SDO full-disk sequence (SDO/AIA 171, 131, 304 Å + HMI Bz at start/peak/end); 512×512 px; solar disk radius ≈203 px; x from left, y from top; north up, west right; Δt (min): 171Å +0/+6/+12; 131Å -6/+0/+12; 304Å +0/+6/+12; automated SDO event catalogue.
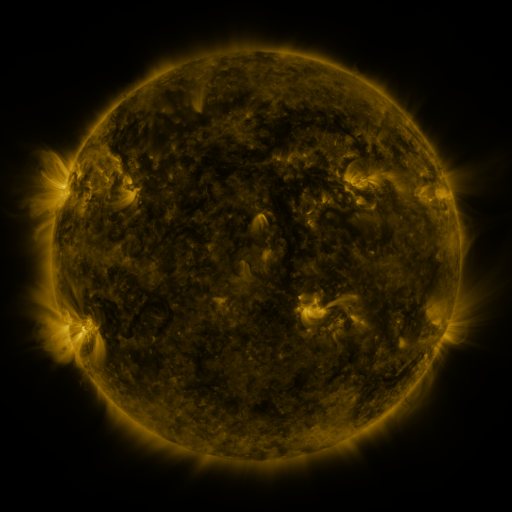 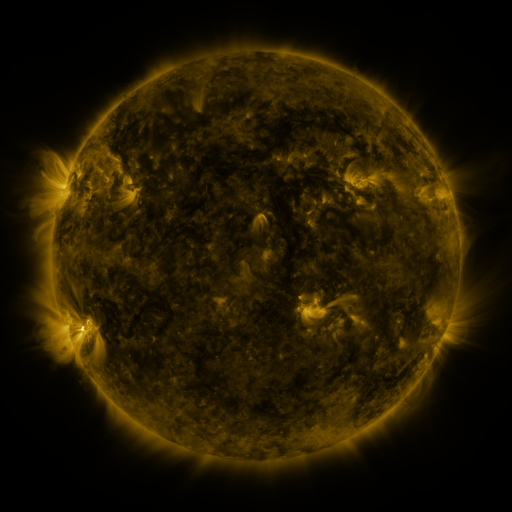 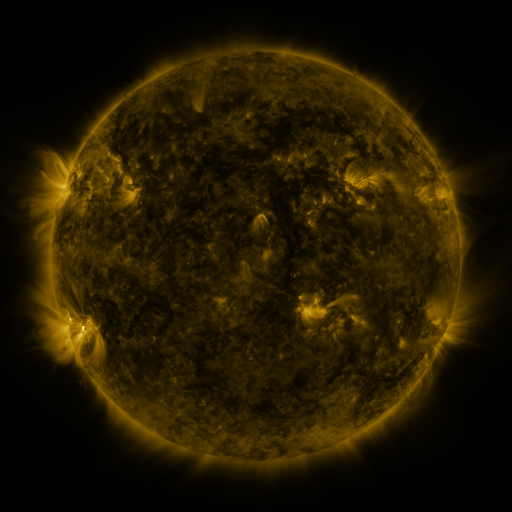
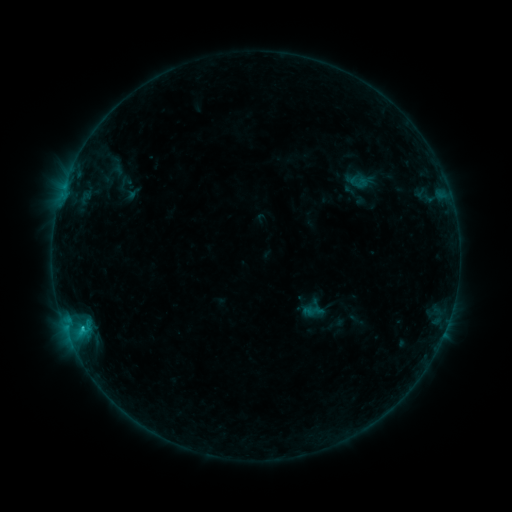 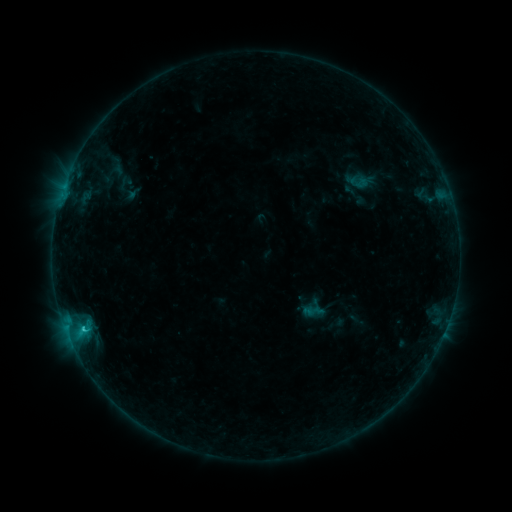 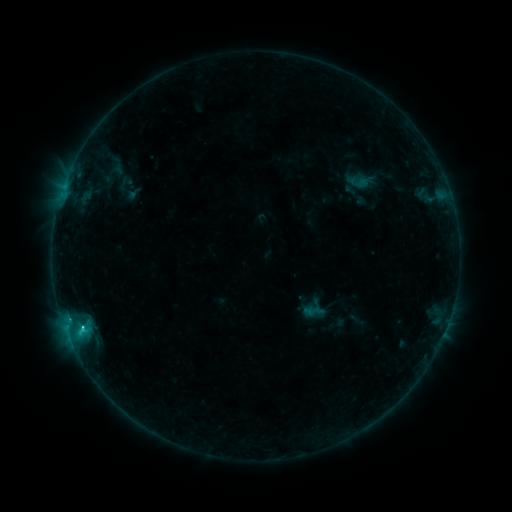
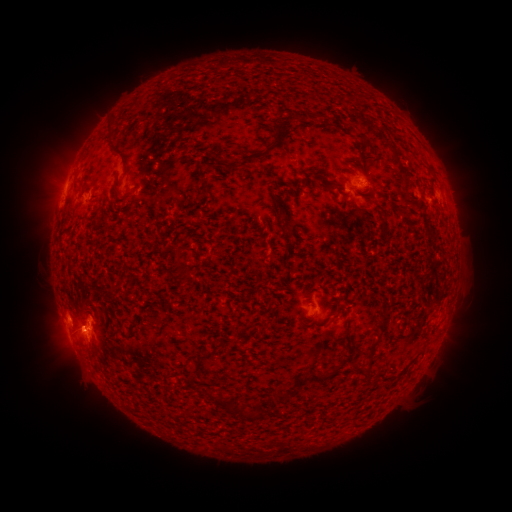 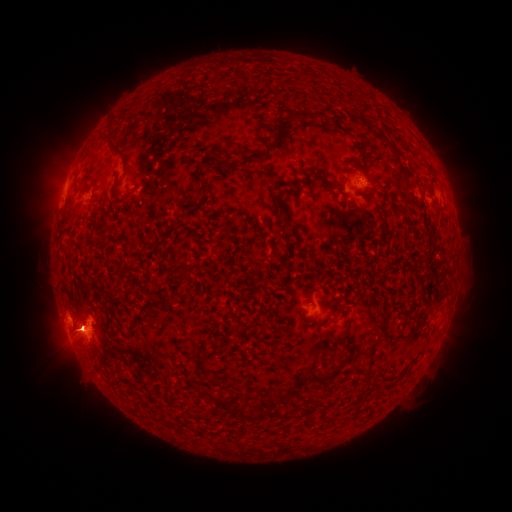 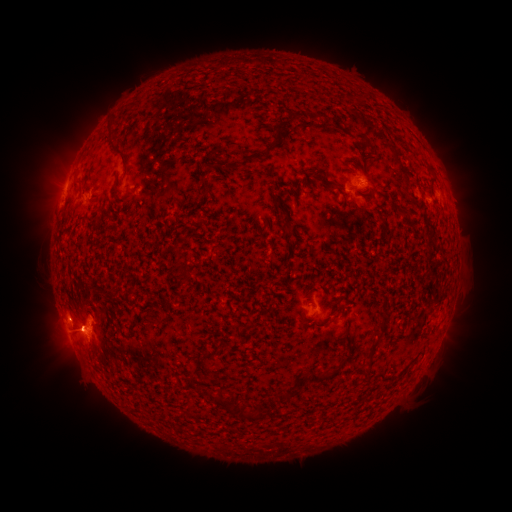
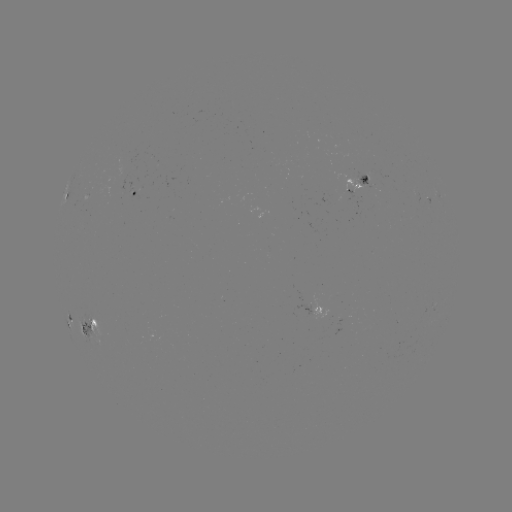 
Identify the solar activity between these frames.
C3.0 flare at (81, 327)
